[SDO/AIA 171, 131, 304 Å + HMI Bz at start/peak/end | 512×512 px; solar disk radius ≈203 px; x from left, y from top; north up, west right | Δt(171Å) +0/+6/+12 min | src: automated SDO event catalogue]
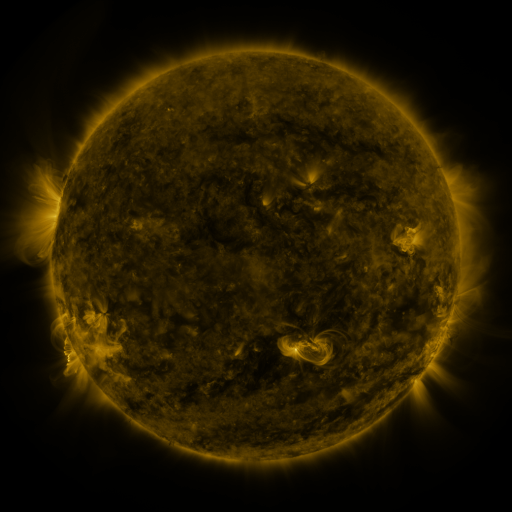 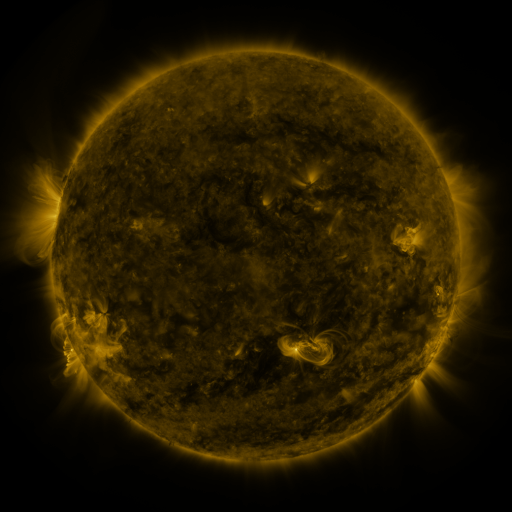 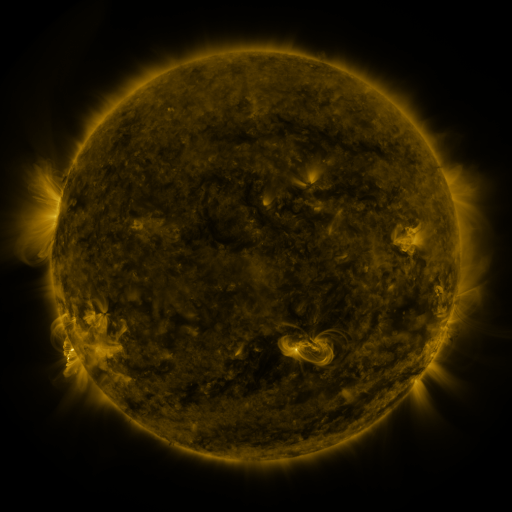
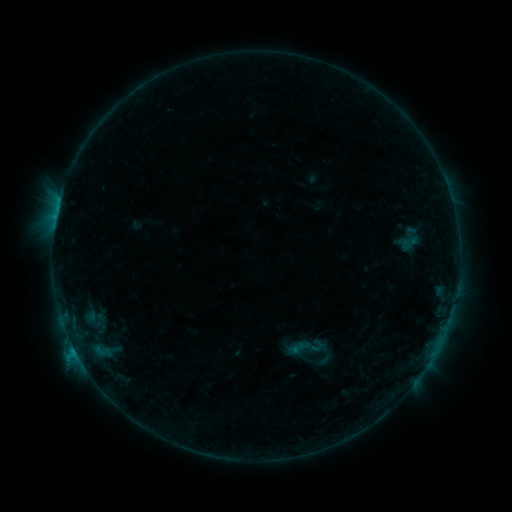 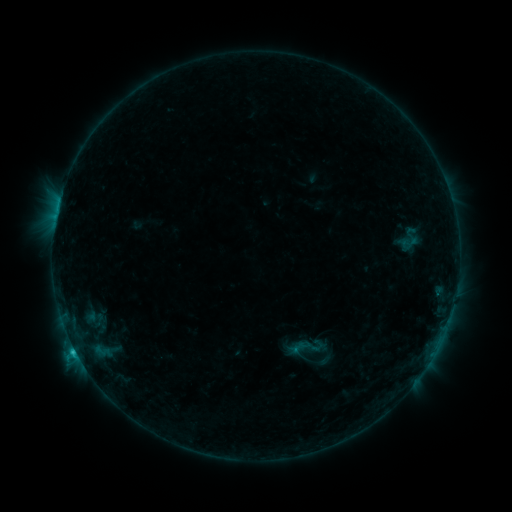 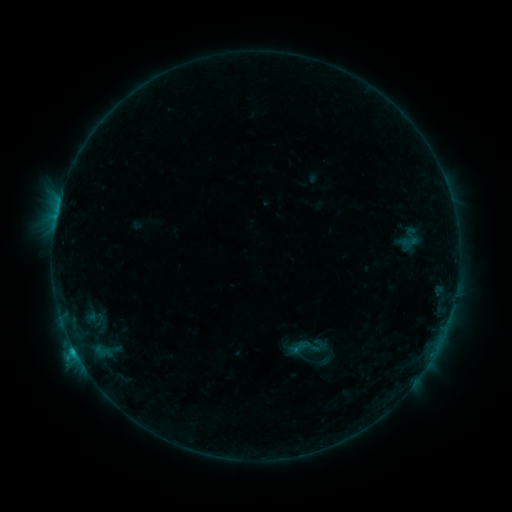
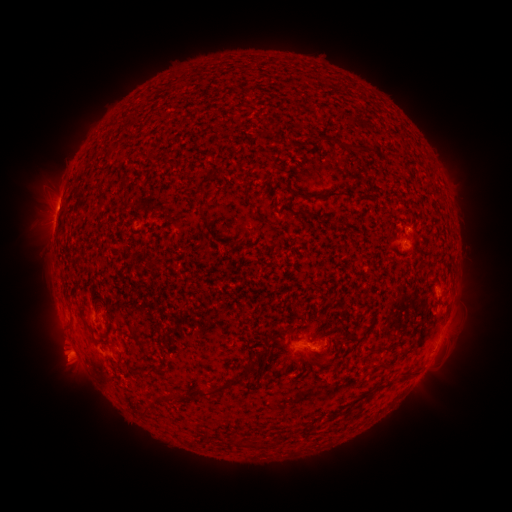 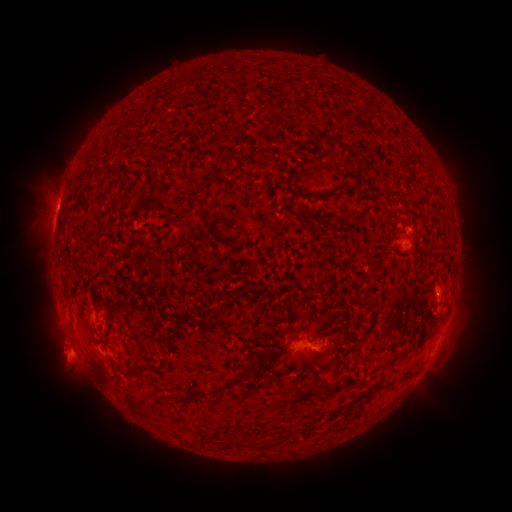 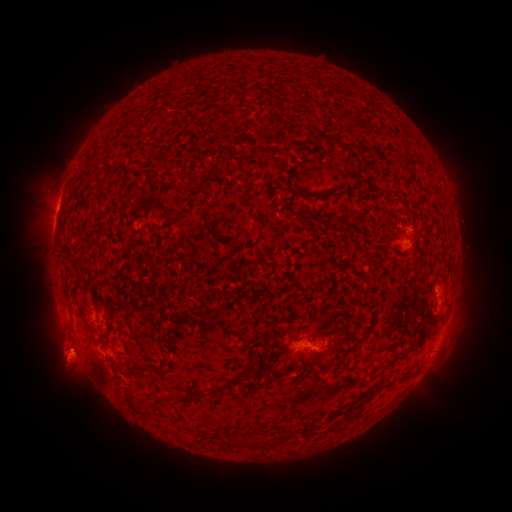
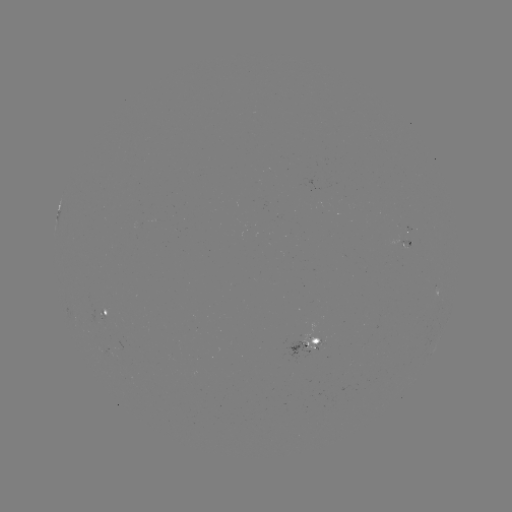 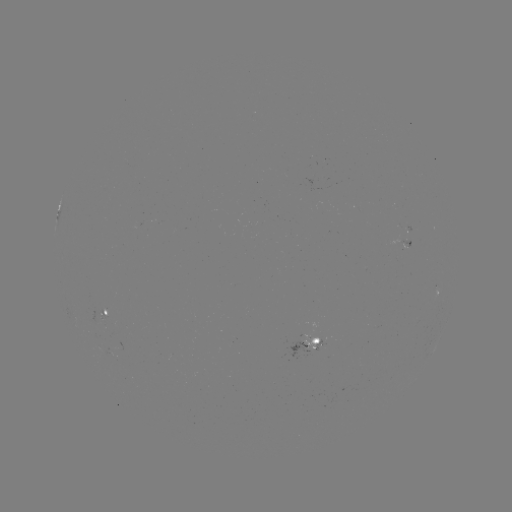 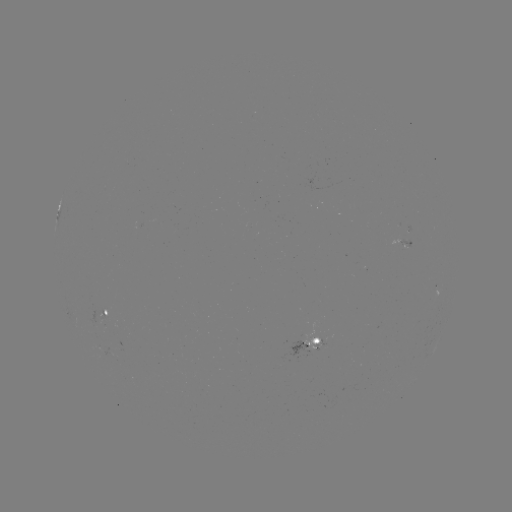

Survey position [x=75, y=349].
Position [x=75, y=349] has C1.0 flare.